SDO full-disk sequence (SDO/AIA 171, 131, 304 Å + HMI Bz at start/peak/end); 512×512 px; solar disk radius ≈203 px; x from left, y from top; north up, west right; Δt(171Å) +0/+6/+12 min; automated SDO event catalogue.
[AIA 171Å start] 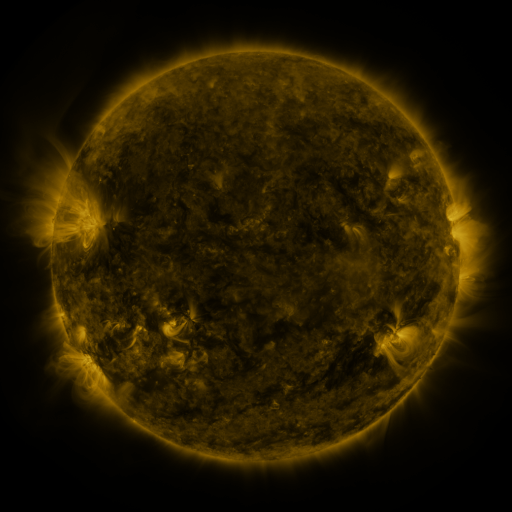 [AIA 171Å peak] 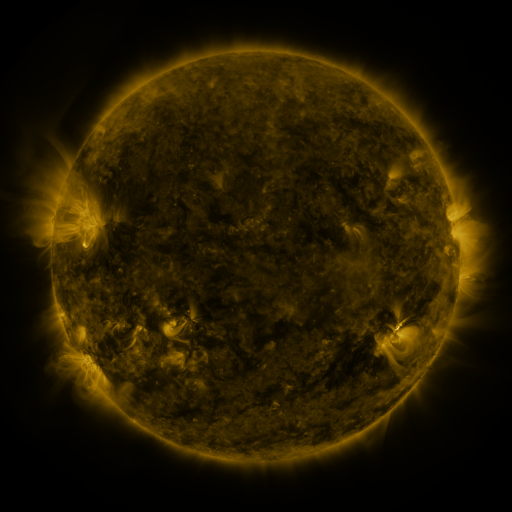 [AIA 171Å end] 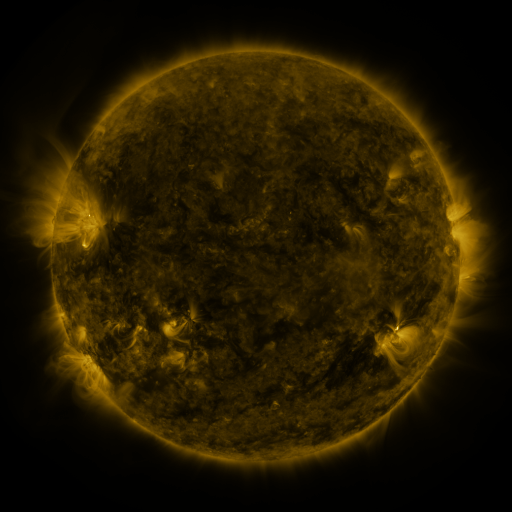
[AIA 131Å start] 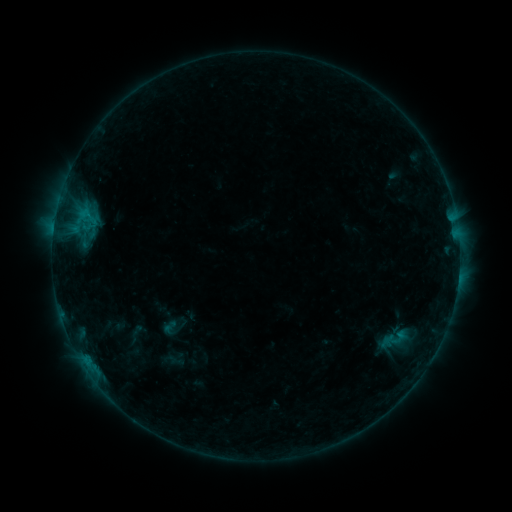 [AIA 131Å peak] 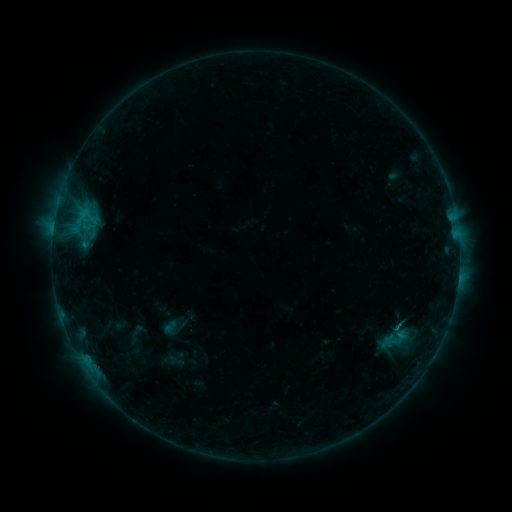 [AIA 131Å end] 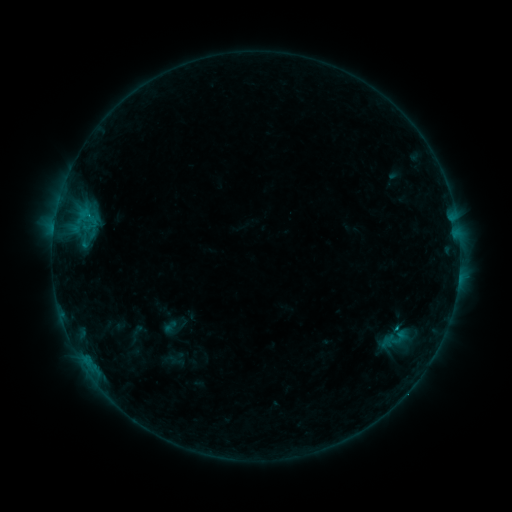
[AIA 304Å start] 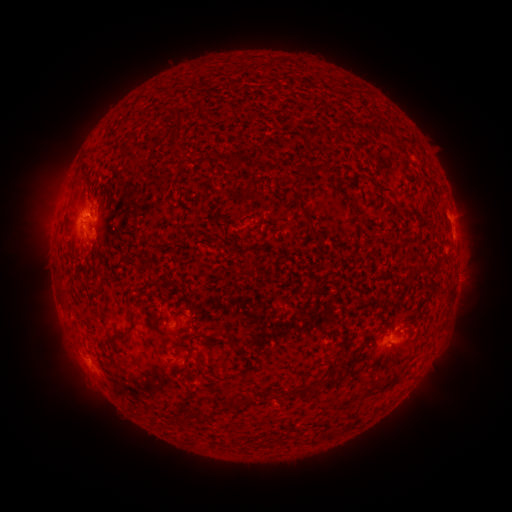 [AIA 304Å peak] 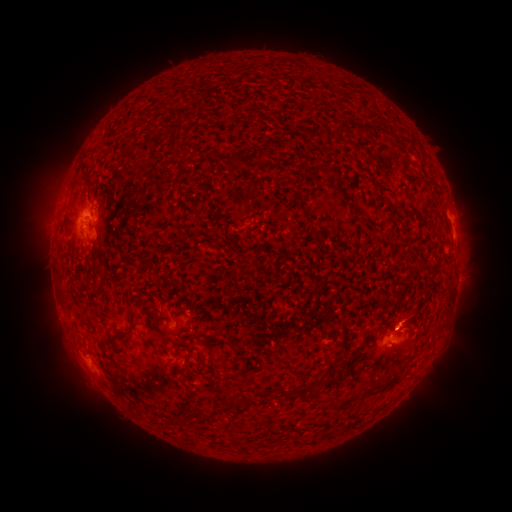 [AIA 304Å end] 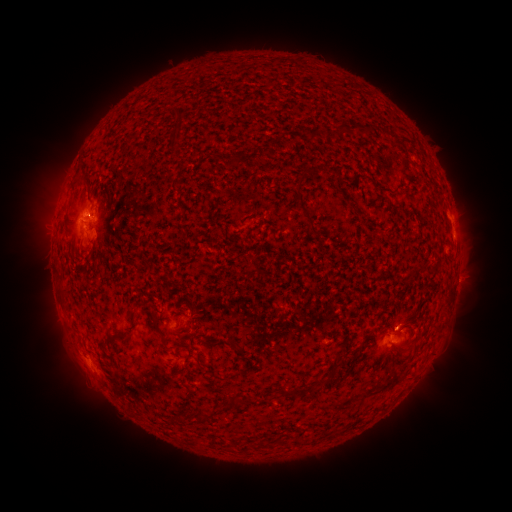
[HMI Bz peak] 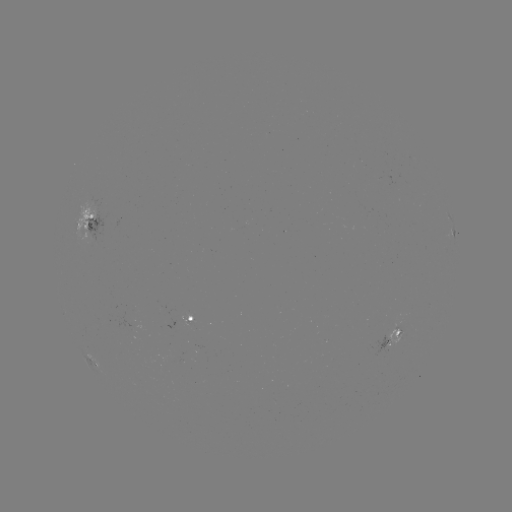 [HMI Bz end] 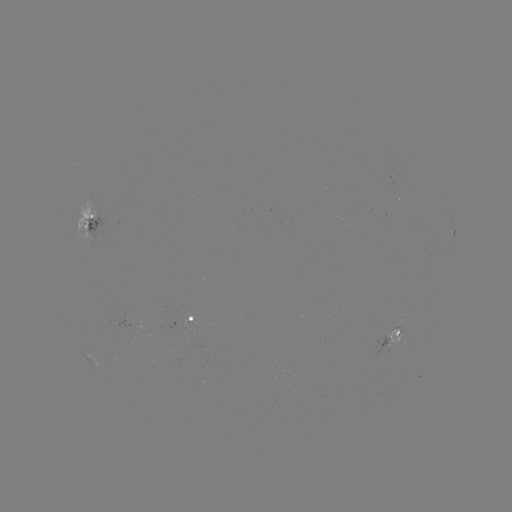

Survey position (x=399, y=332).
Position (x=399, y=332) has C1.3 flare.